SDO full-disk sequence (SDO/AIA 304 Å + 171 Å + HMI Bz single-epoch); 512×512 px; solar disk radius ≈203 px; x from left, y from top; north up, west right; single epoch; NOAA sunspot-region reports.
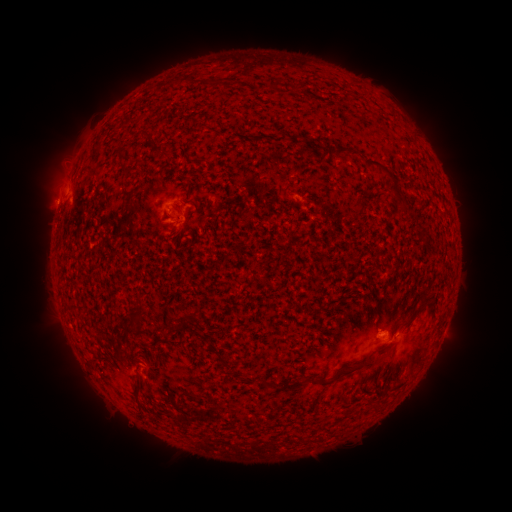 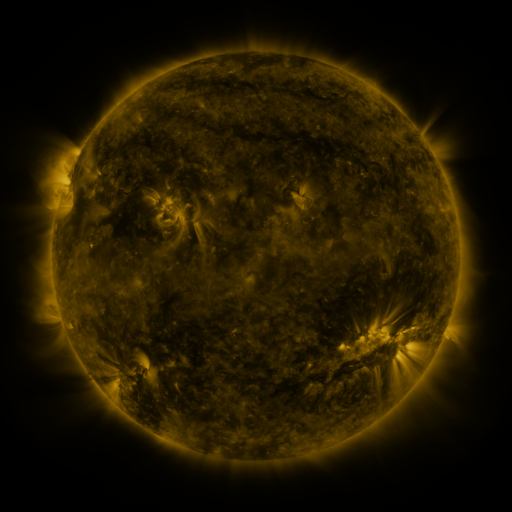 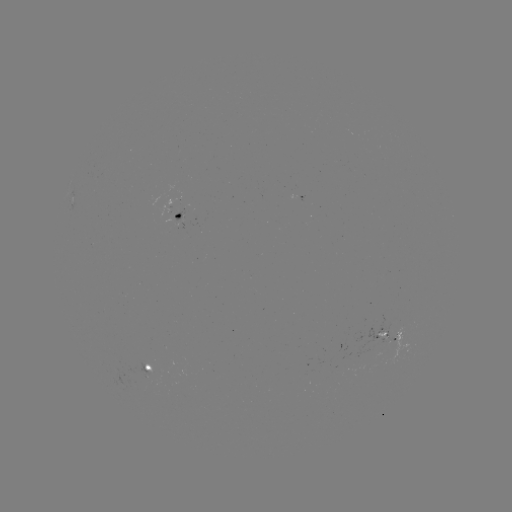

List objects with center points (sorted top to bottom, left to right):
spotted active region: (301, 198)
spotted active region: (180, 210)
spotted active region: (389, 338)
spotted active region: (147, 365)
